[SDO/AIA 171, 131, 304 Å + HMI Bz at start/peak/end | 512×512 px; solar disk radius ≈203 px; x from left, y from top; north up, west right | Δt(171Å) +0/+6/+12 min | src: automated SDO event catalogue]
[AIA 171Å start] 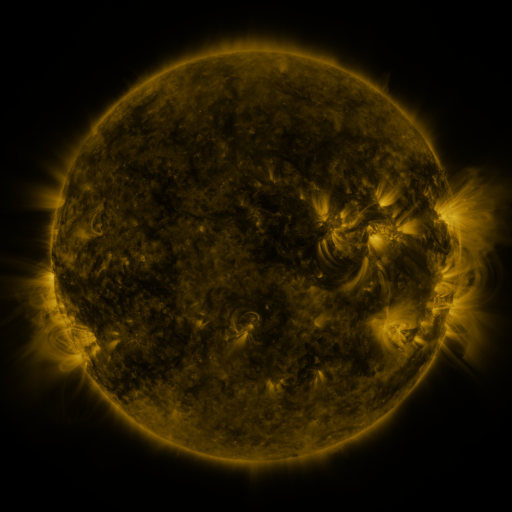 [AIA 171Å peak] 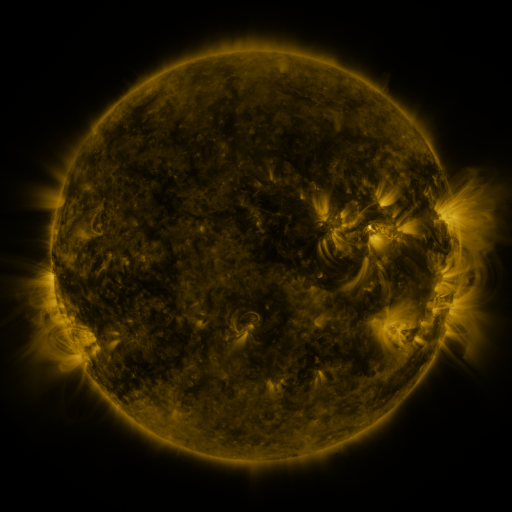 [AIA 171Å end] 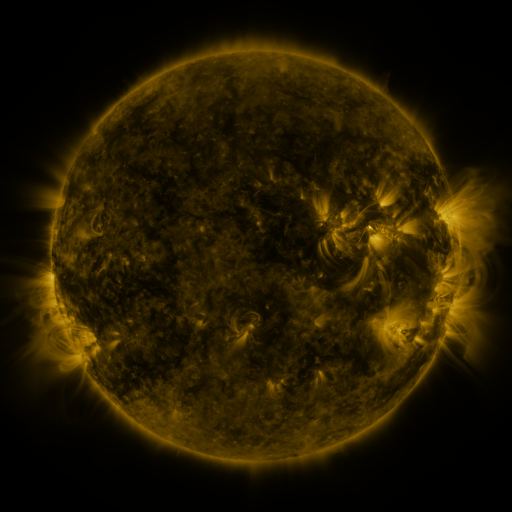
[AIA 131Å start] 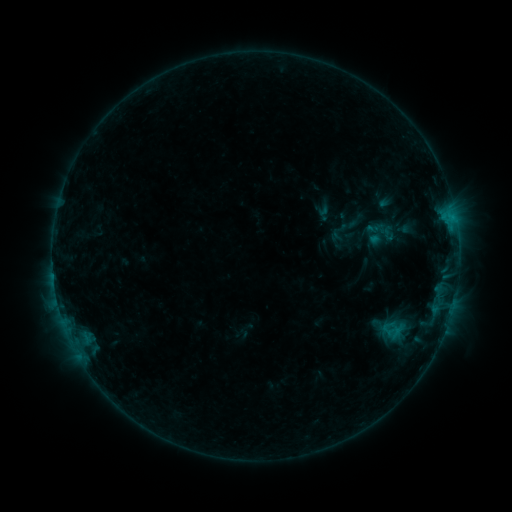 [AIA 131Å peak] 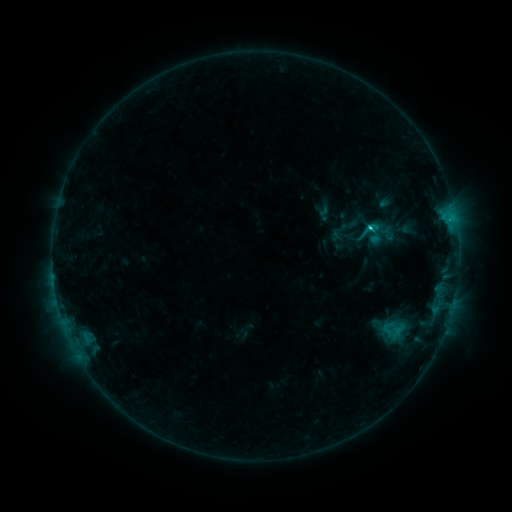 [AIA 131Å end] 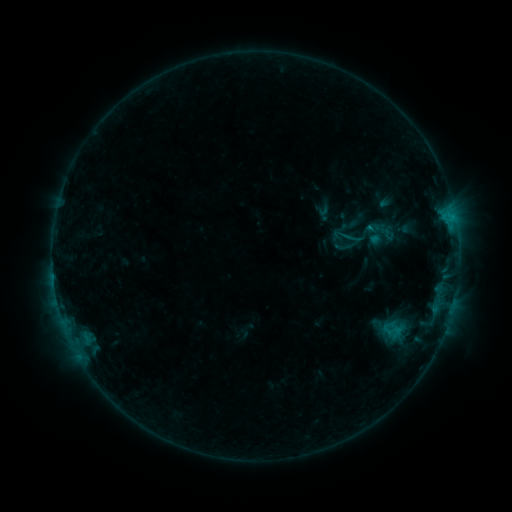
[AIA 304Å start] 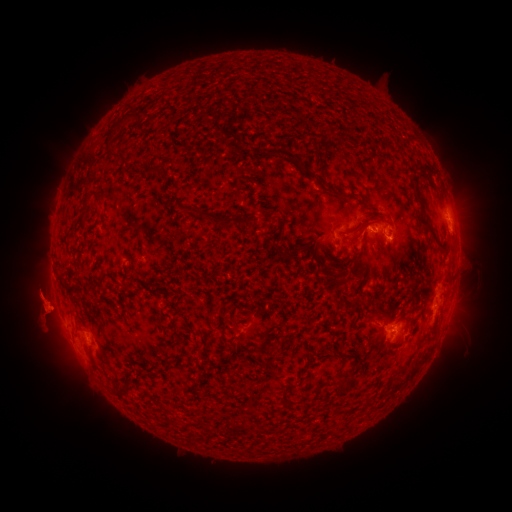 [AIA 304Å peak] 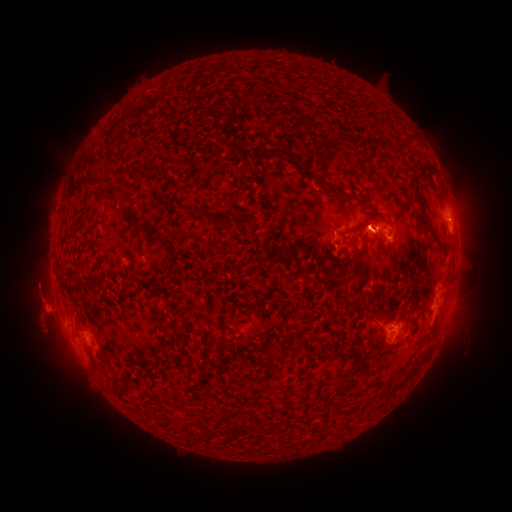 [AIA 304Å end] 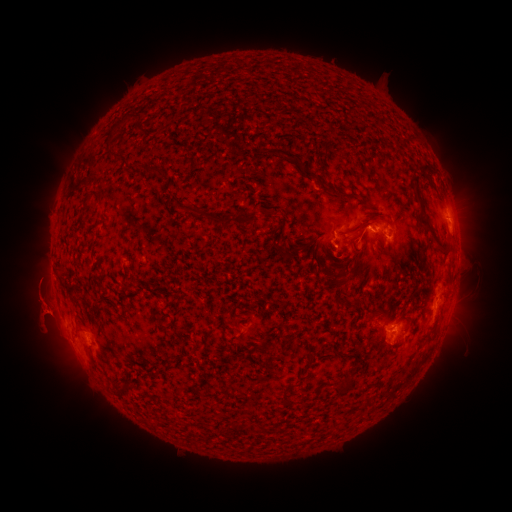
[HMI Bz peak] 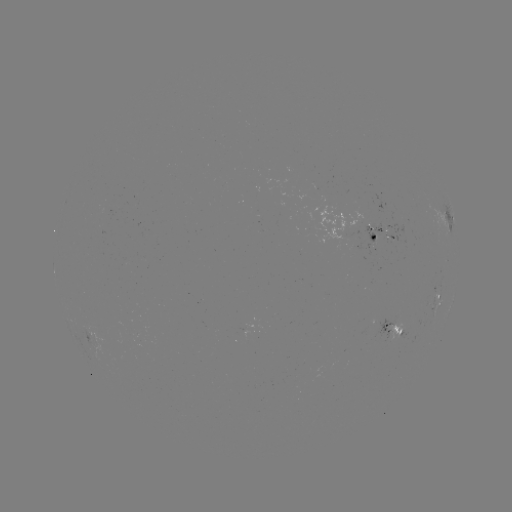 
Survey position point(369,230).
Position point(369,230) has C1.3 flare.